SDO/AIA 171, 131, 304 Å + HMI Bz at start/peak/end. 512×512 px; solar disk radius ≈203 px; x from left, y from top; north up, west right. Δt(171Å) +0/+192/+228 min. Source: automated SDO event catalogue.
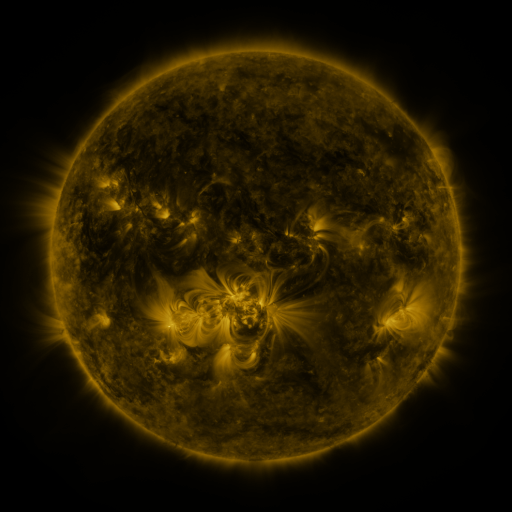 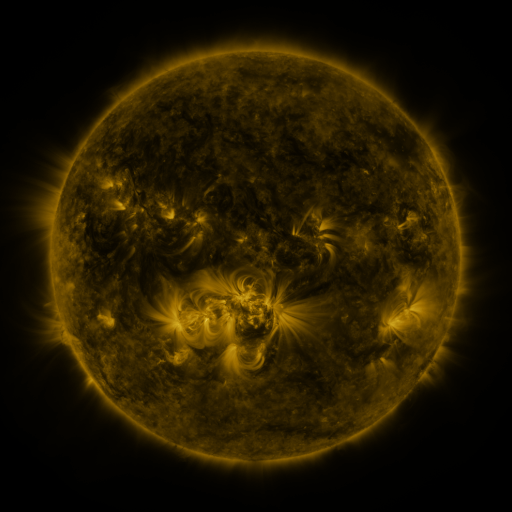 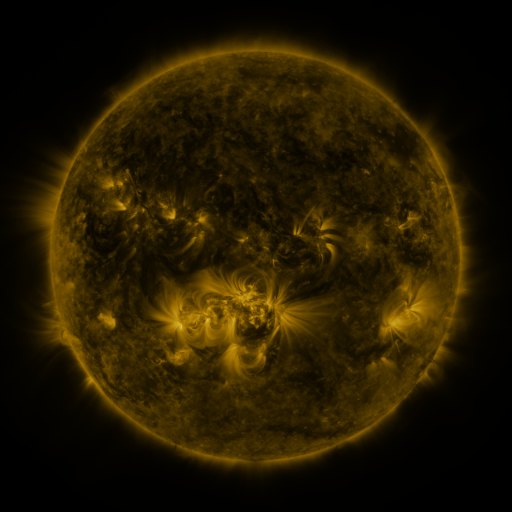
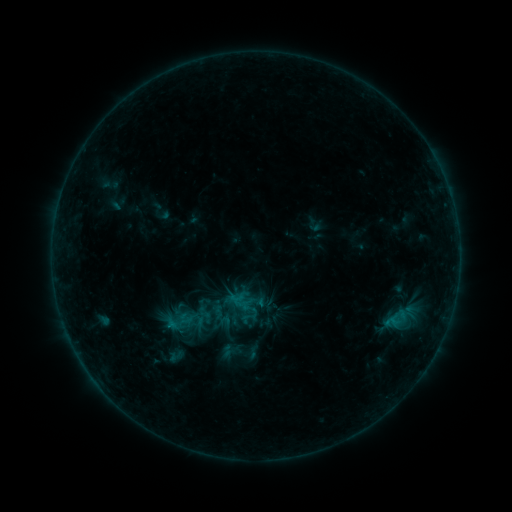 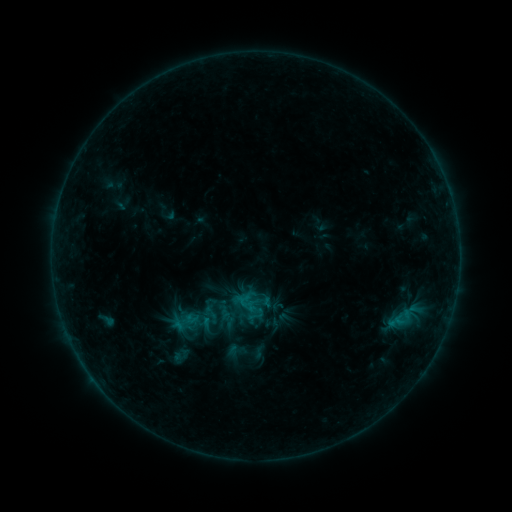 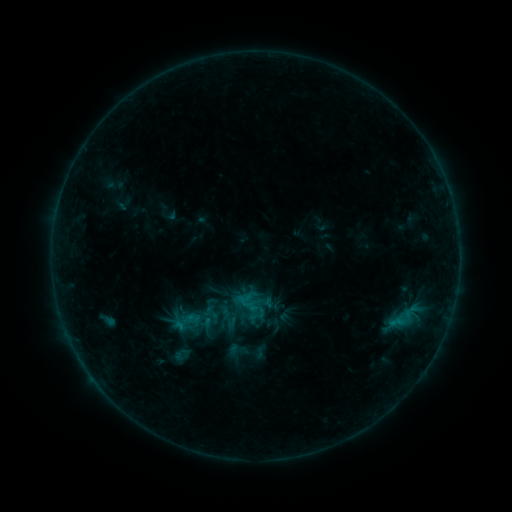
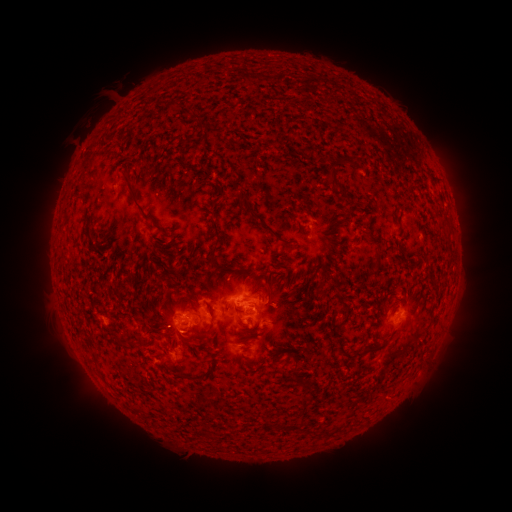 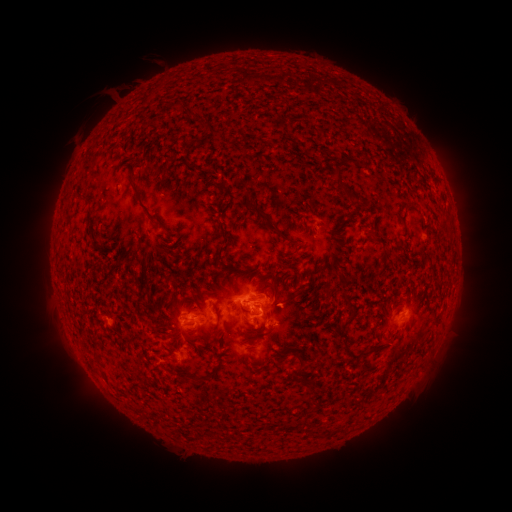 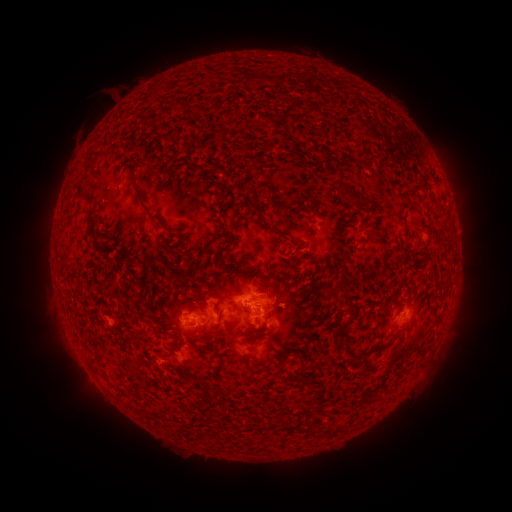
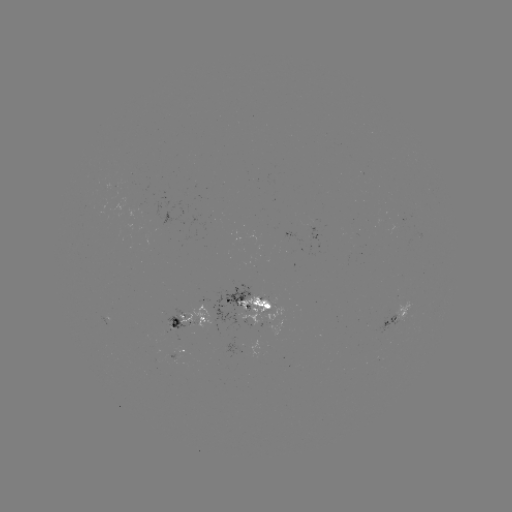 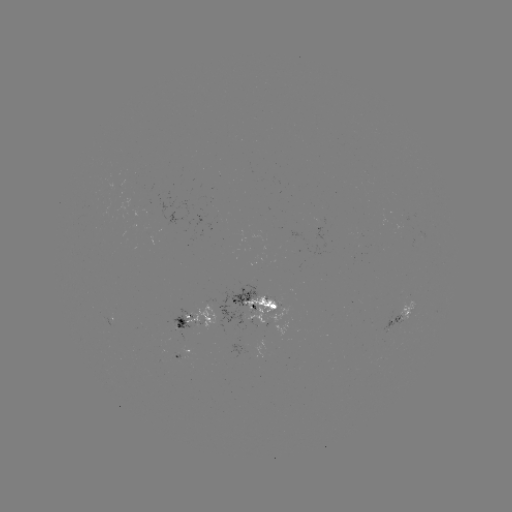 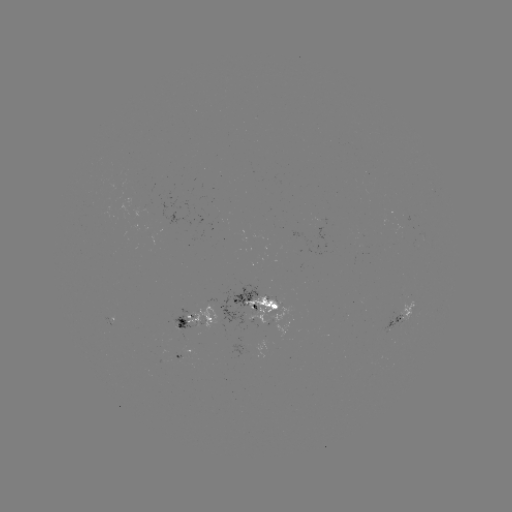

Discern emerging-flux region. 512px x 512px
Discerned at [202, 318].